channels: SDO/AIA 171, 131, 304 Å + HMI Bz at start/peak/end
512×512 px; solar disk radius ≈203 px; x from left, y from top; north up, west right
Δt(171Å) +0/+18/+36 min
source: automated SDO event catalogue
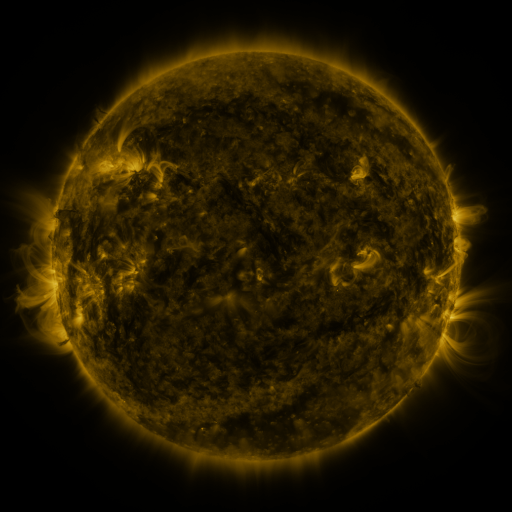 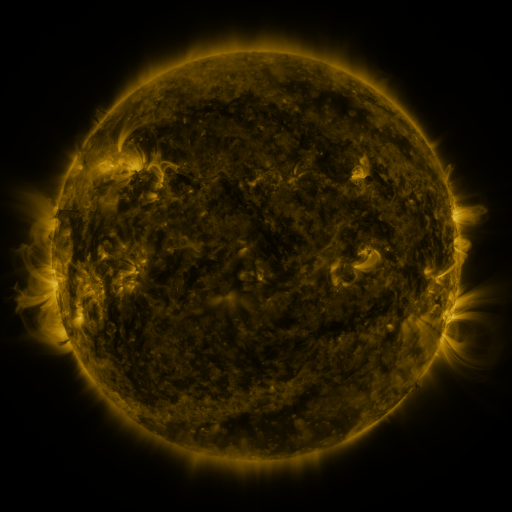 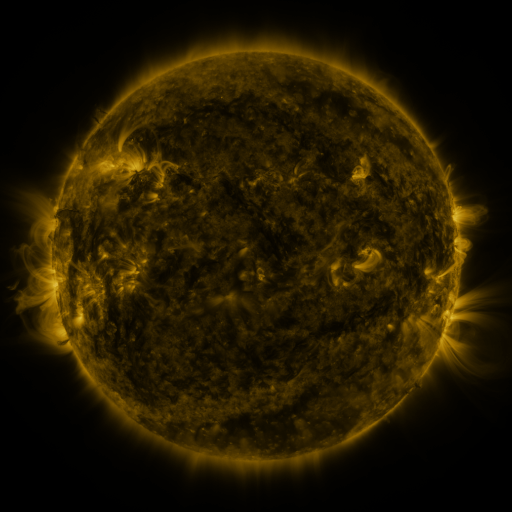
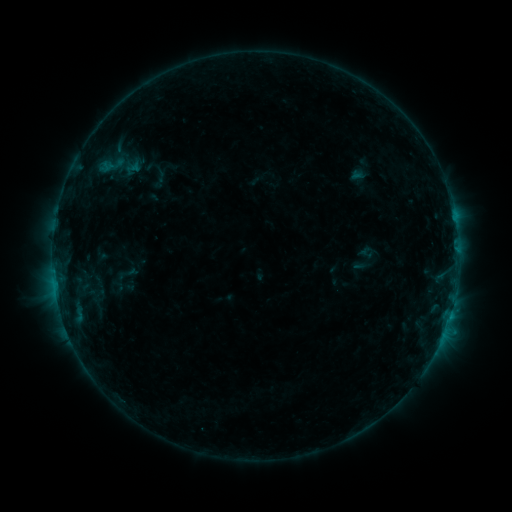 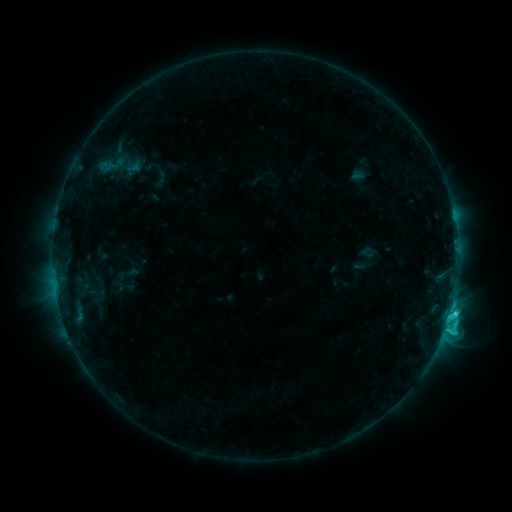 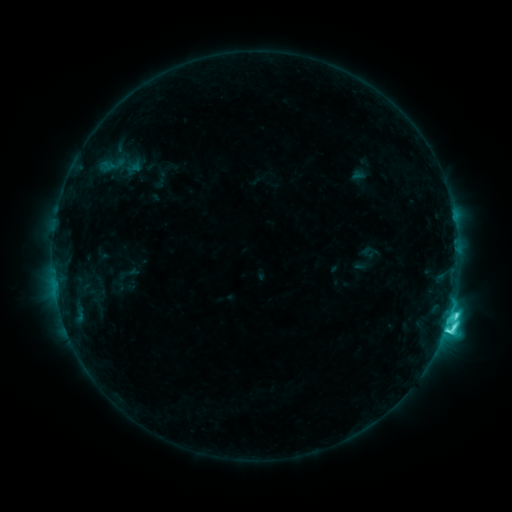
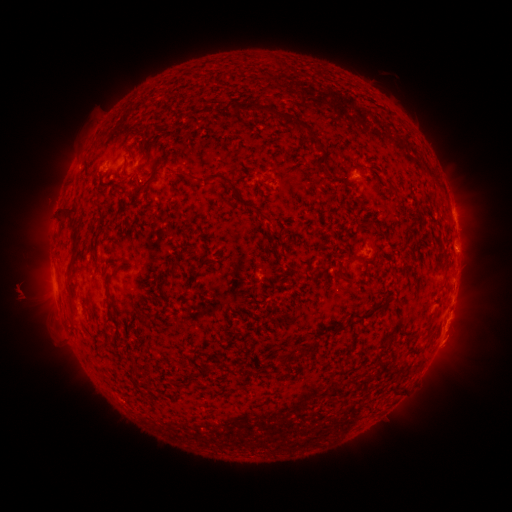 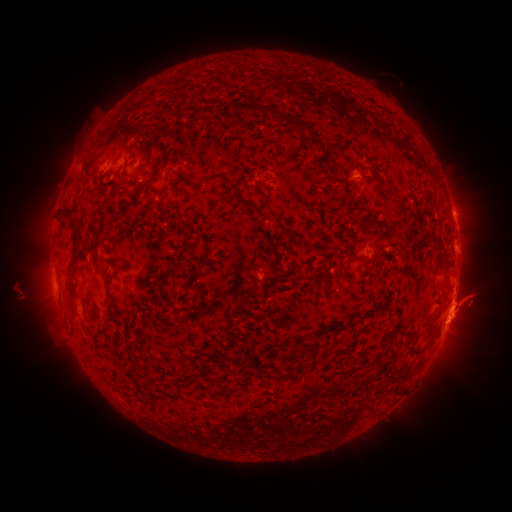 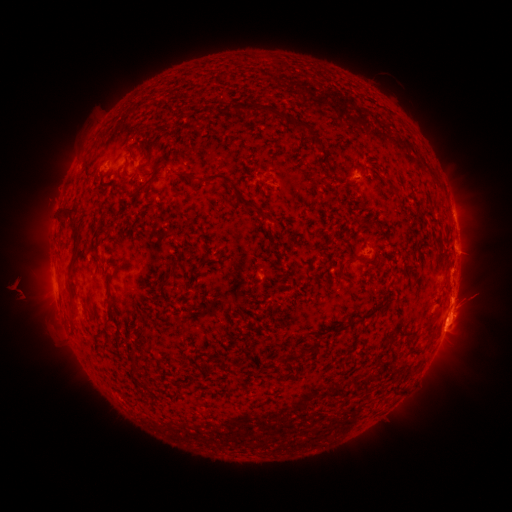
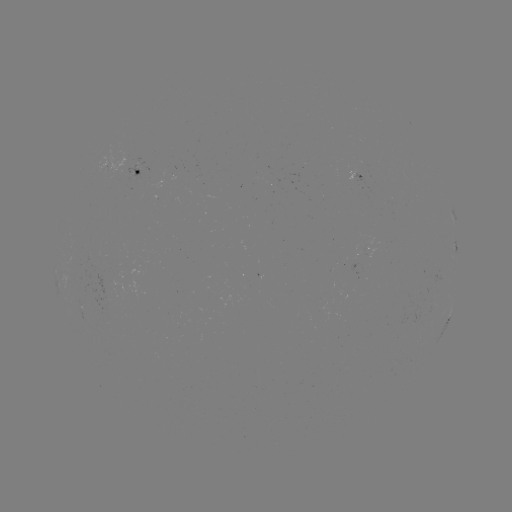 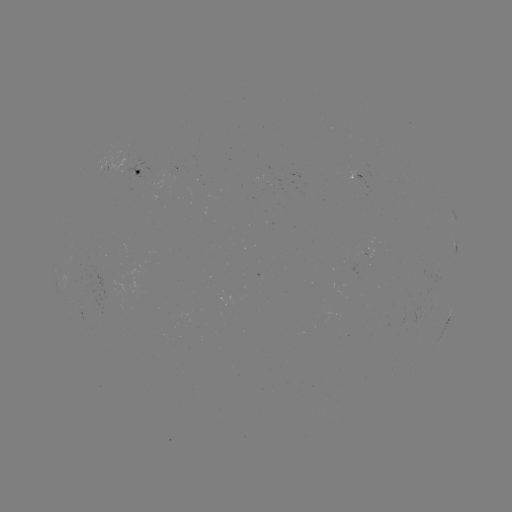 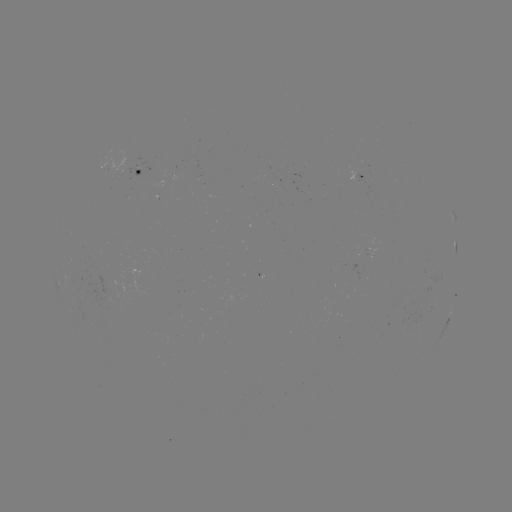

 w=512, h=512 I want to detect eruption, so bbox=[382, 249, 511, 382].